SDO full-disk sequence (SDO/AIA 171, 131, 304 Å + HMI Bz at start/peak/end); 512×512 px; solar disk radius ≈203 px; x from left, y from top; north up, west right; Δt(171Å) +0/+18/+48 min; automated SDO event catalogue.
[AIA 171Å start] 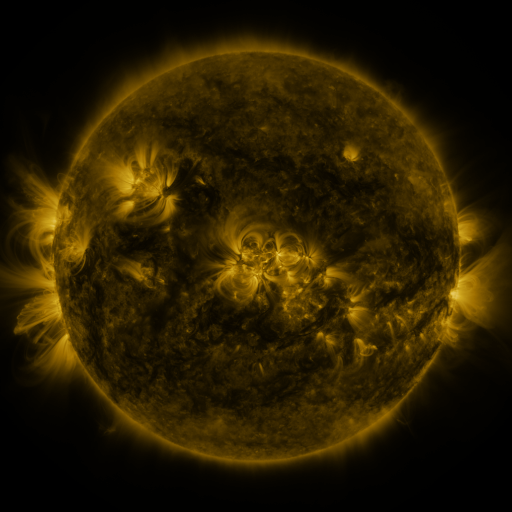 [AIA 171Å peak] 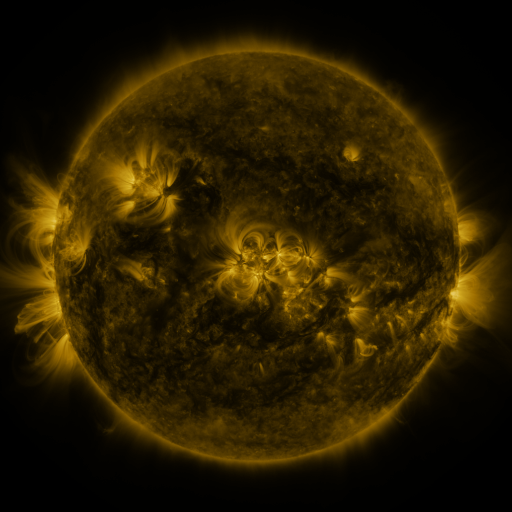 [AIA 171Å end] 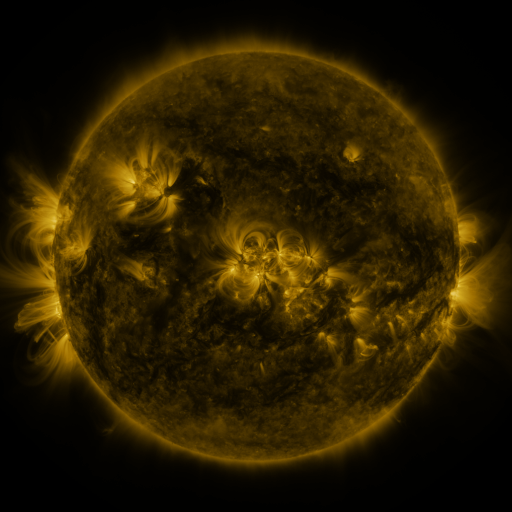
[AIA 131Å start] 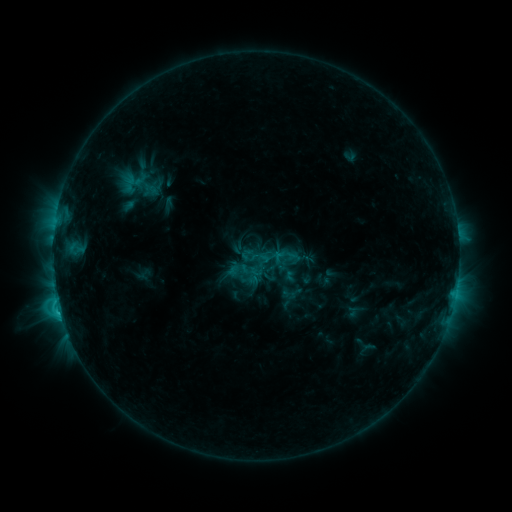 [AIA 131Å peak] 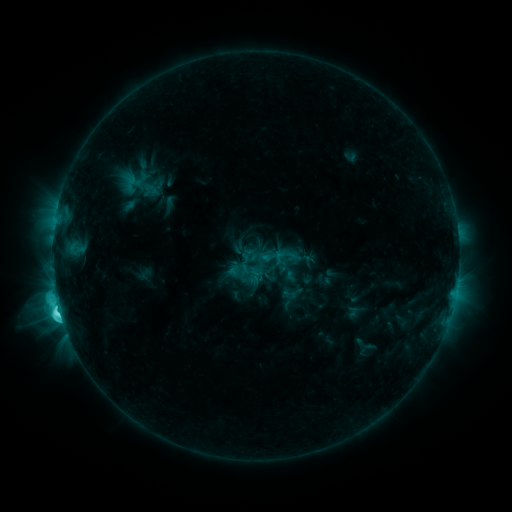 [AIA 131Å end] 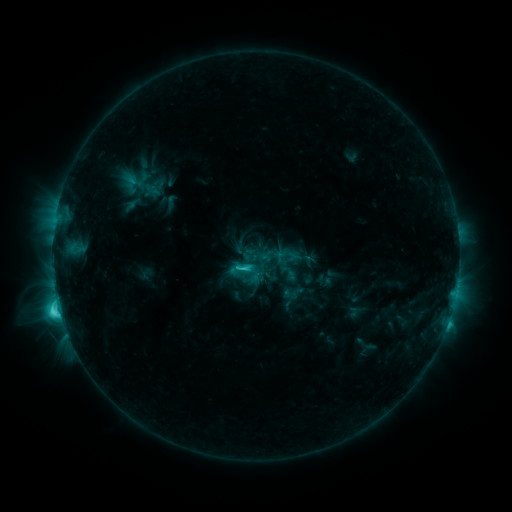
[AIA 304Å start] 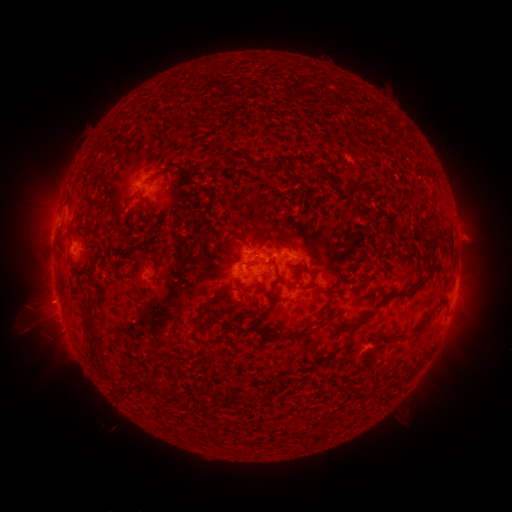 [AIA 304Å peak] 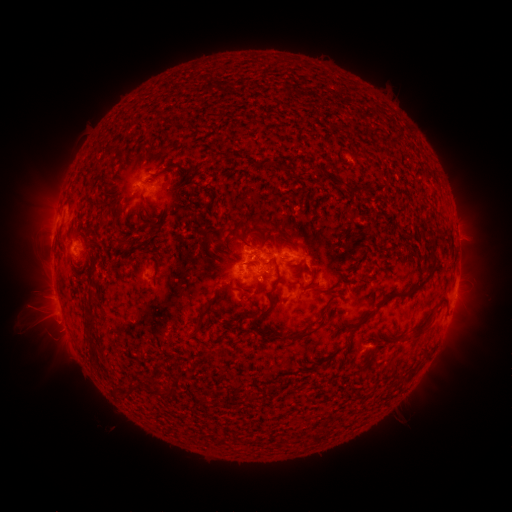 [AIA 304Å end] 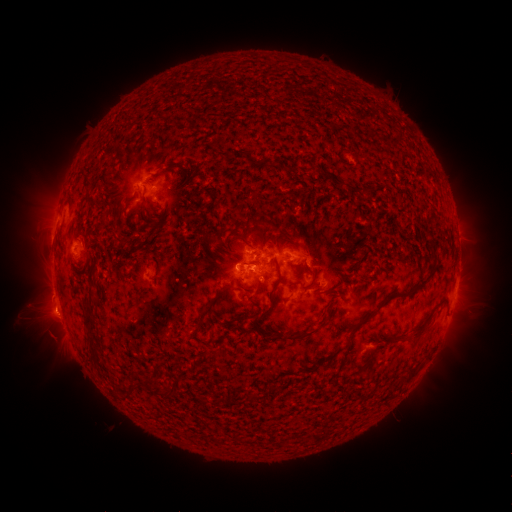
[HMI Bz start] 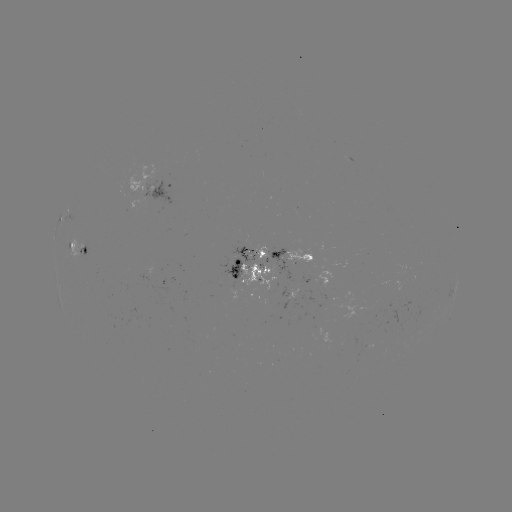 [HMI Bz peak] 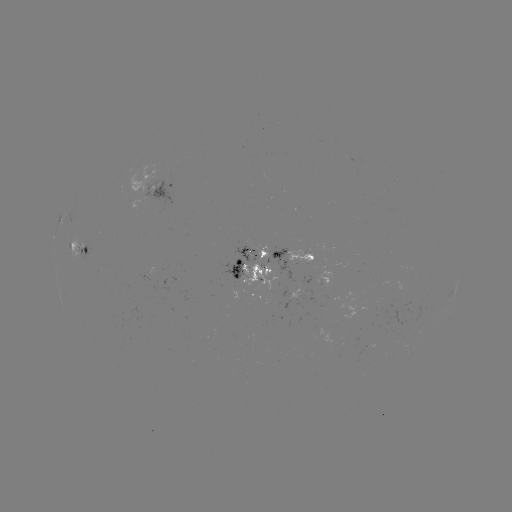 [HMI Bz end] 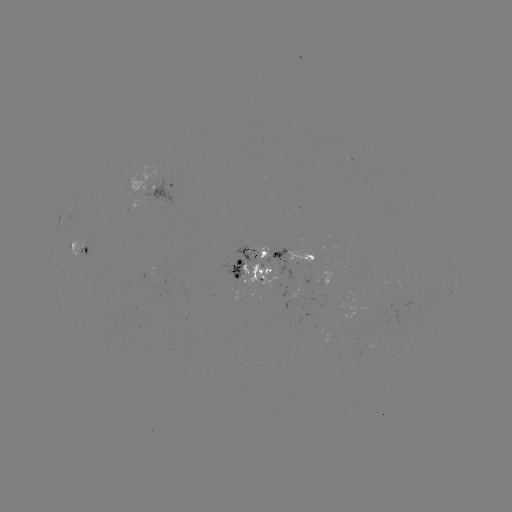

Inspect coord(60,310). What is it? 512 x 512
M1.1 flare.